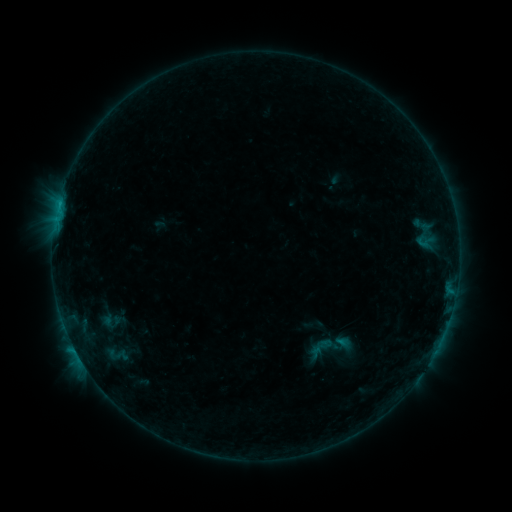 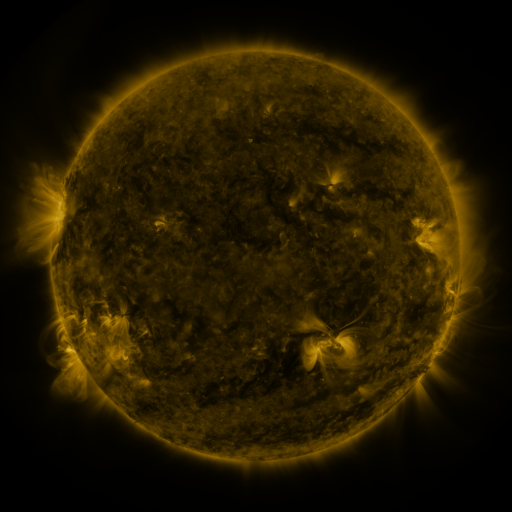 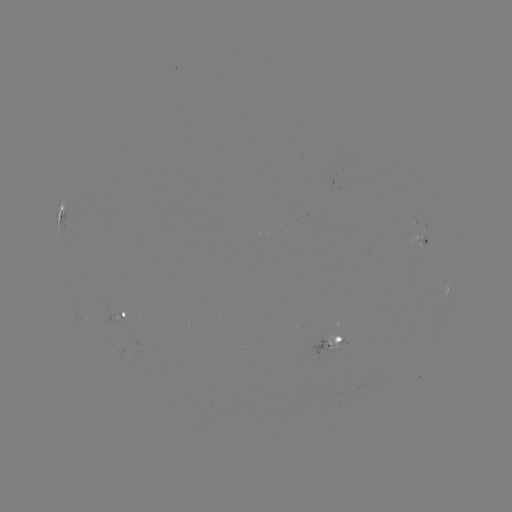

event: sigmoid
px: (330, 348)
